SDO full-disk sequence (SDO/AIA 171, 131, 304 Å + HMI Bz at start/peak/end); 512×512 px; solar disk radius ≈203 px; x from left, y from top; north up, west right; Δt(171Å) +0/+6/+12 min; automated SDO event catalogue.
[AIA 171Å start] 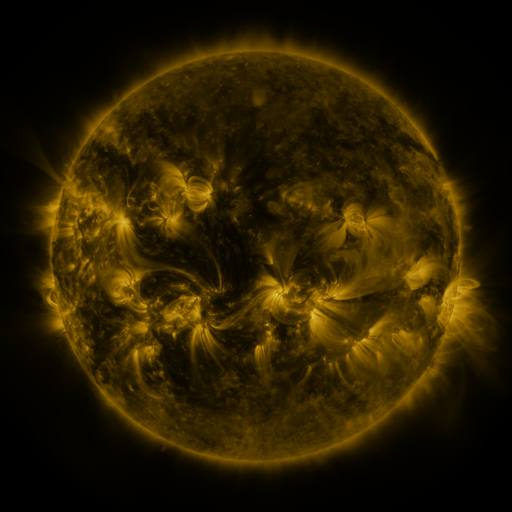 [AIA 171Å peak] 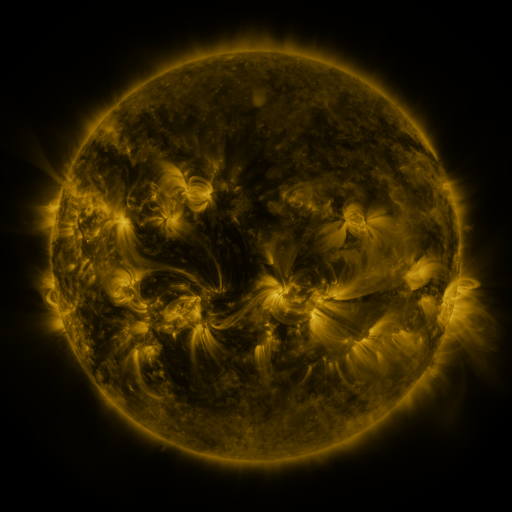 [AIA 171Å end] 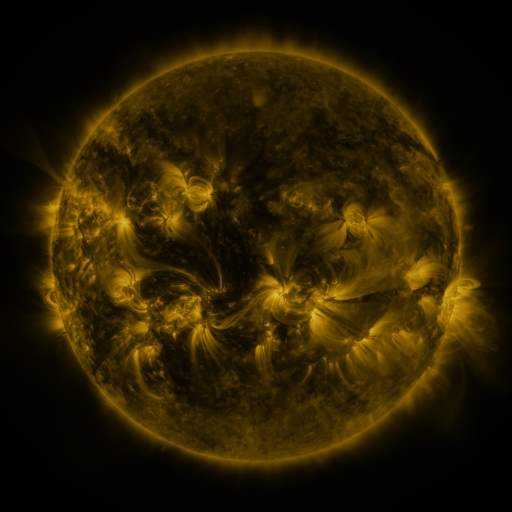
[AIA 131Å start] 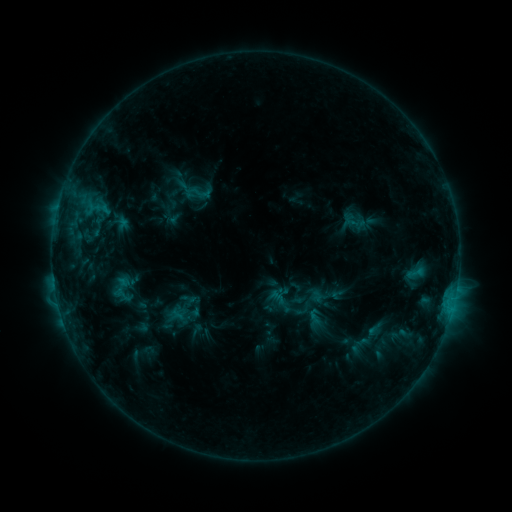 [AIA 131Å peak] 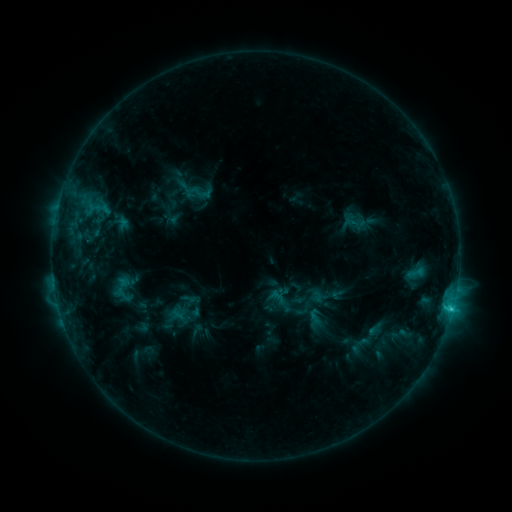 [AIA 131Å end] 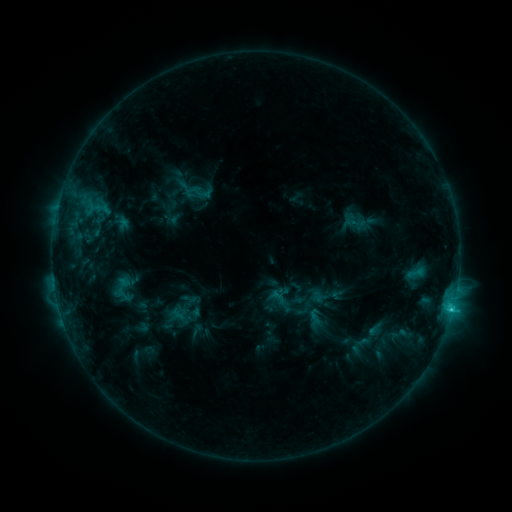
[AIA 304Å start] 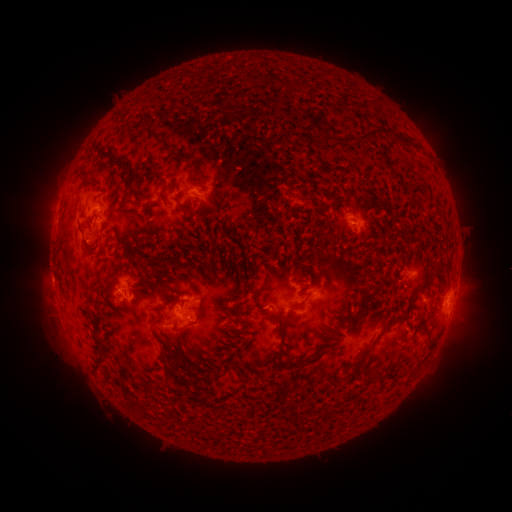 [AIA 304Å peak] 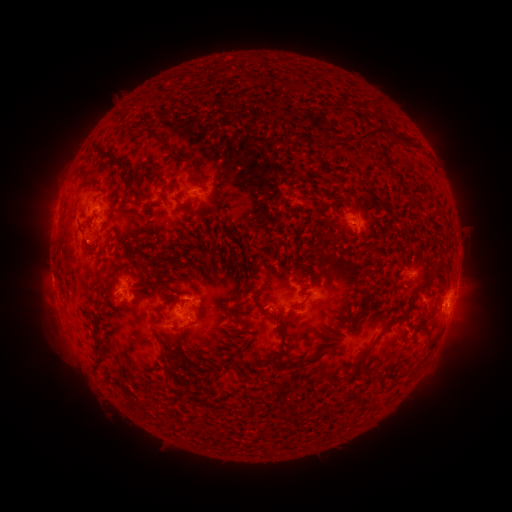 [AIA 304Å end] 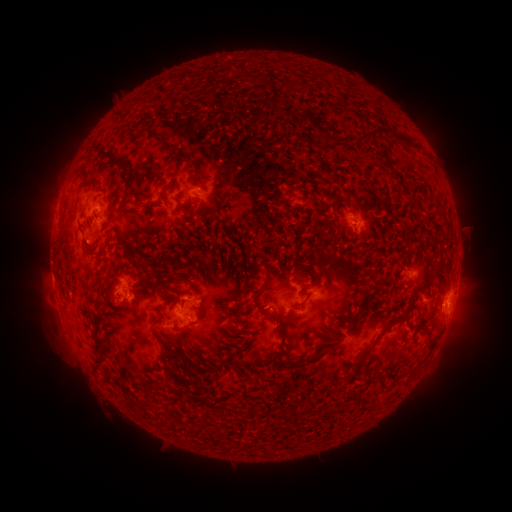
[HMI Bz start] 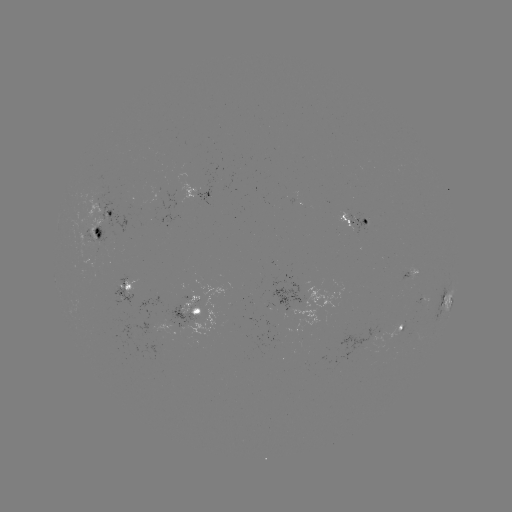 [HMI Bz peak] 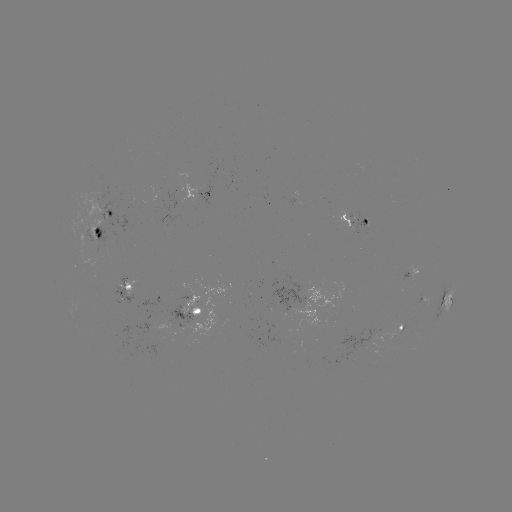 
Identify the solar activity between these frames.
C1.7 flare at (451, 308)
